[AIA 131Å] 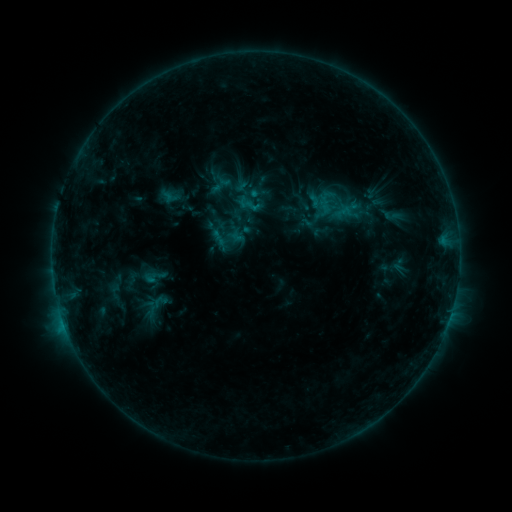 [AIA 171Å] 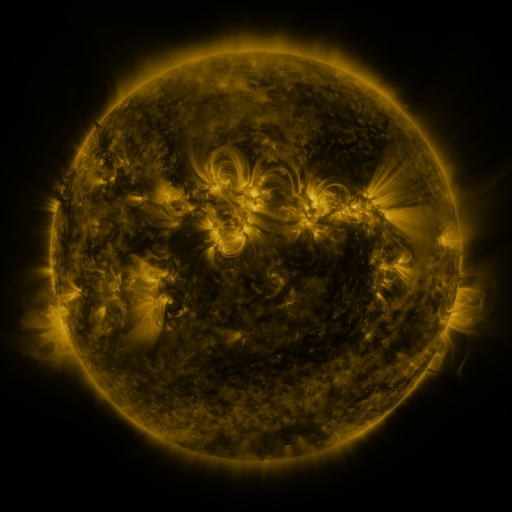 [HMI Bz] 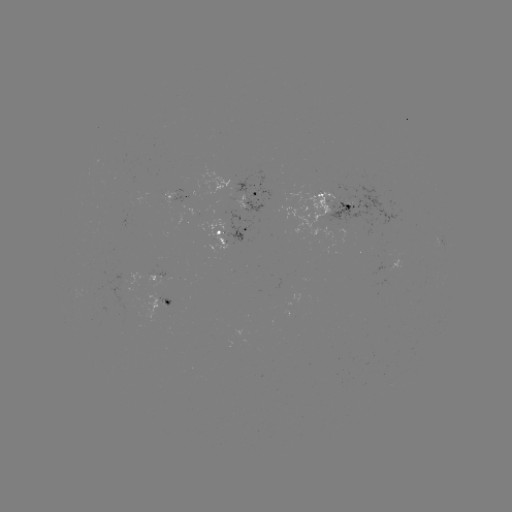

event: sigmoid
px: (154, 276)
